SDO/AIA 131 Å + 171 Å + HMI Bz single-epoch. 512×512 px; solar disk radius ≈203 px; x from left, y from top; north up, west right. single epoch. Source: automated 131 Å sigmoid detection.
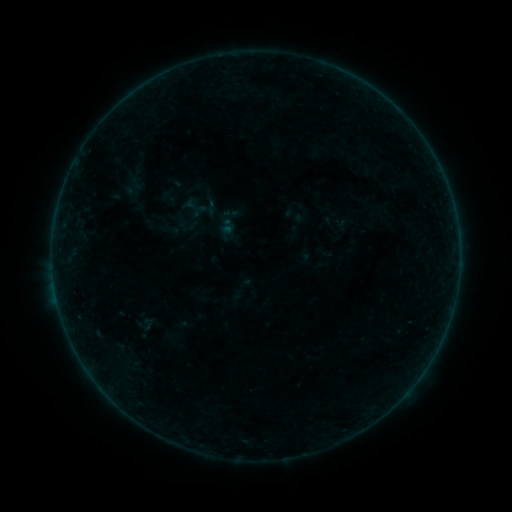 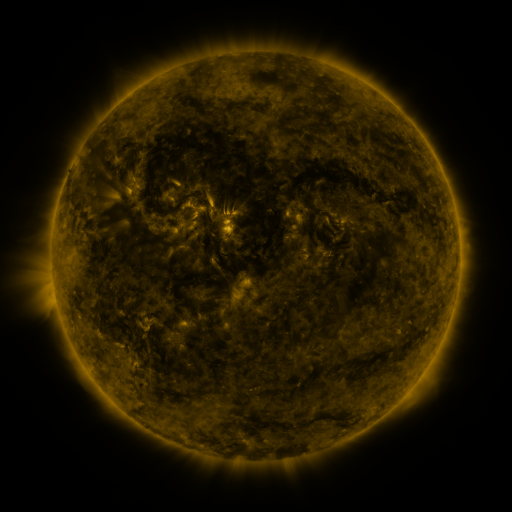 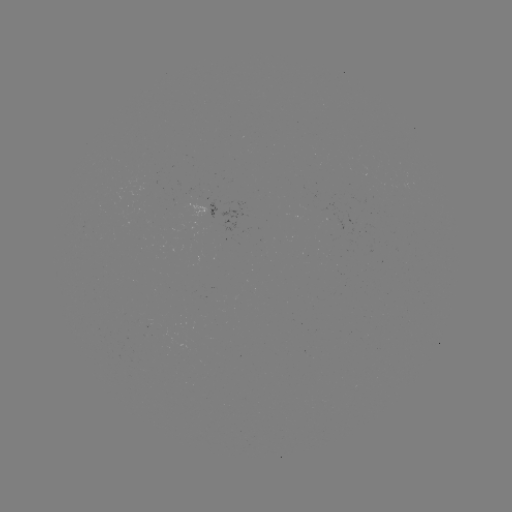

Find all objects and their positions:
sigmoid: (201, 198, 221, 217)
